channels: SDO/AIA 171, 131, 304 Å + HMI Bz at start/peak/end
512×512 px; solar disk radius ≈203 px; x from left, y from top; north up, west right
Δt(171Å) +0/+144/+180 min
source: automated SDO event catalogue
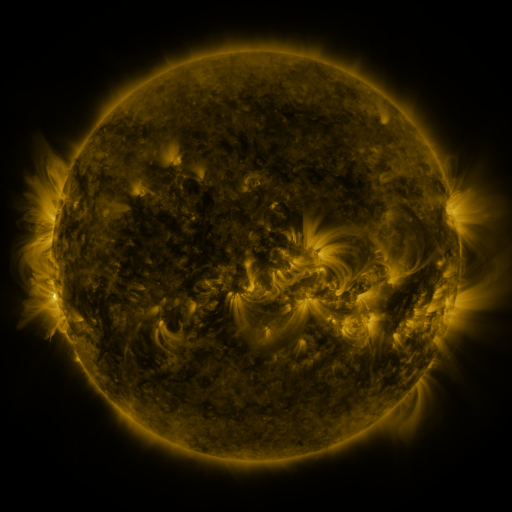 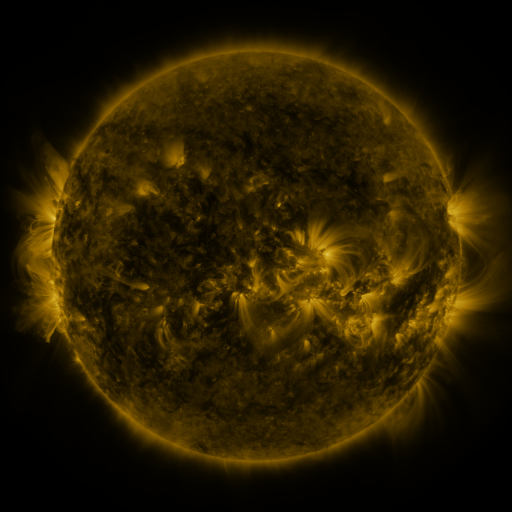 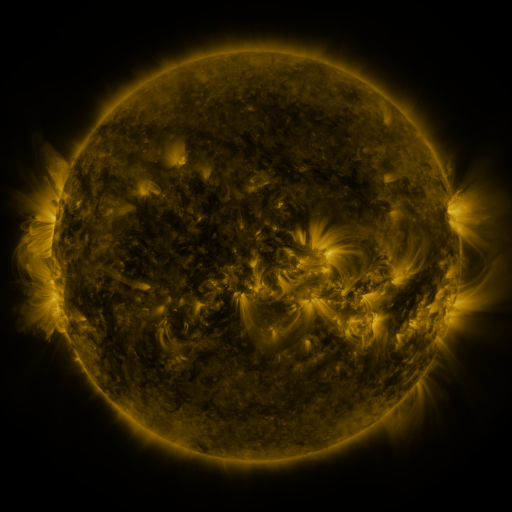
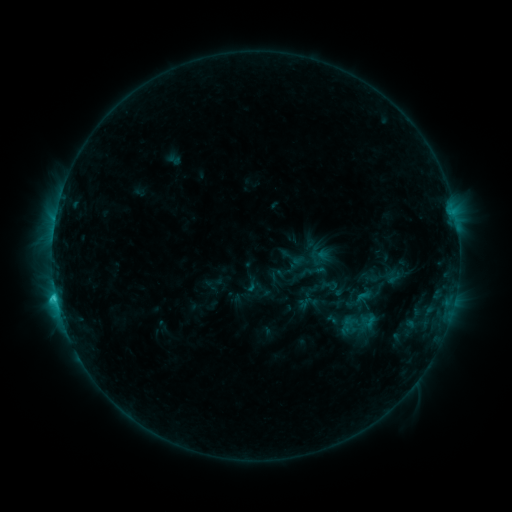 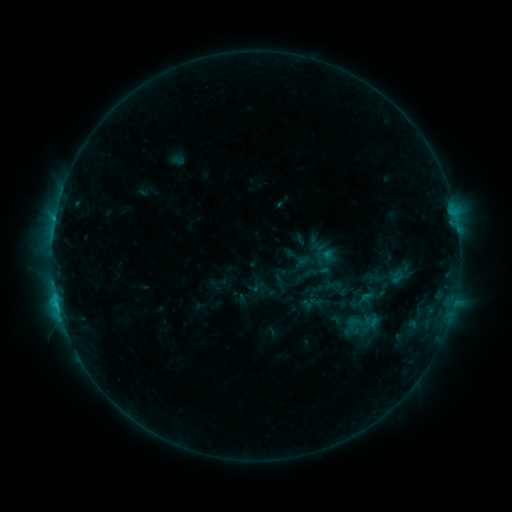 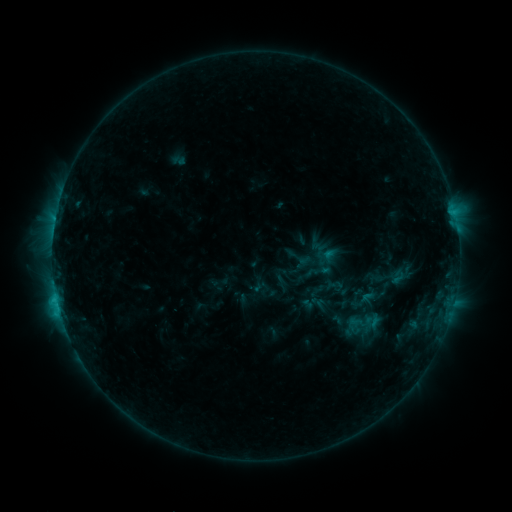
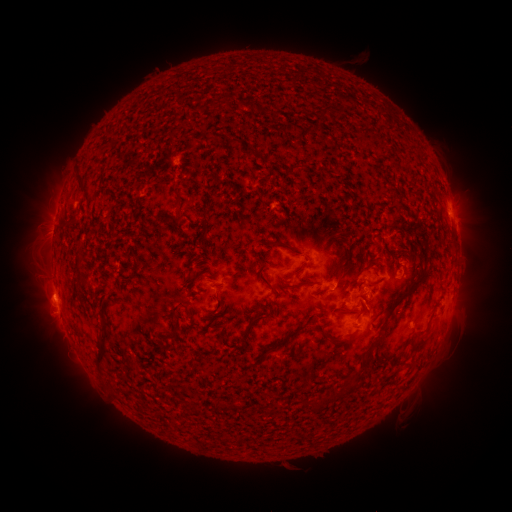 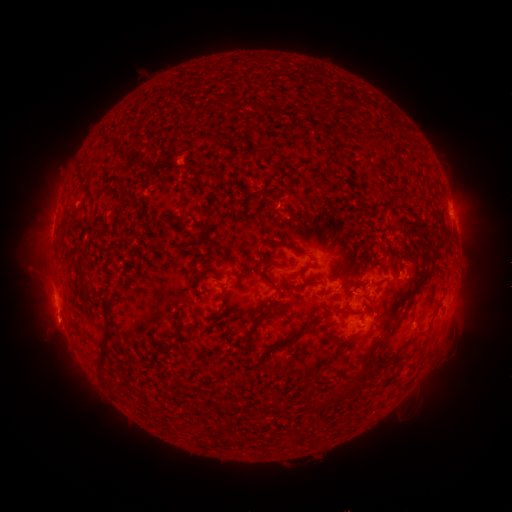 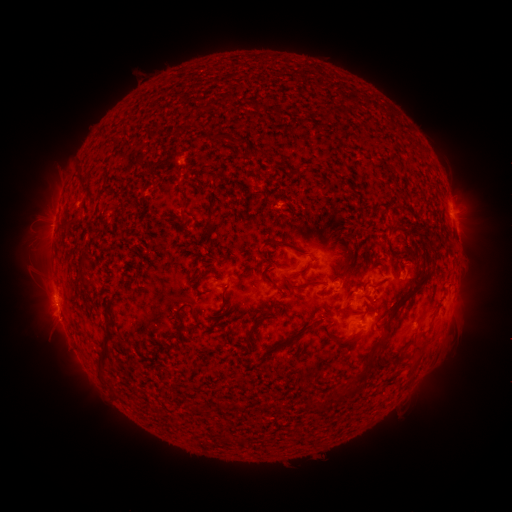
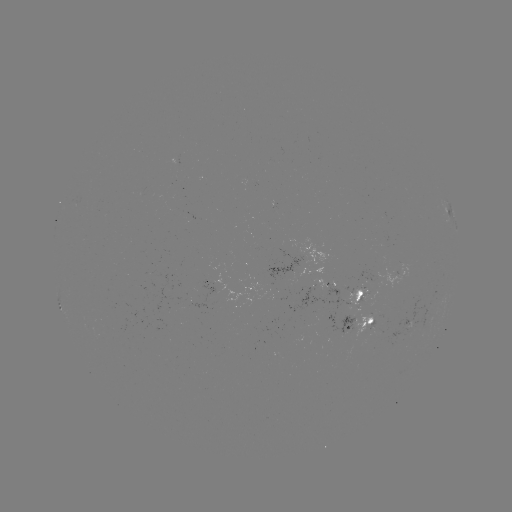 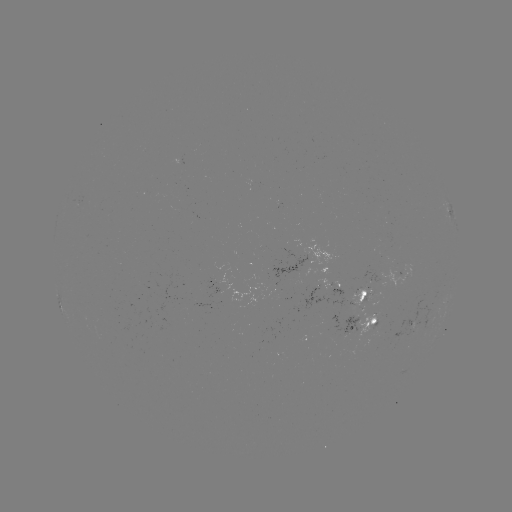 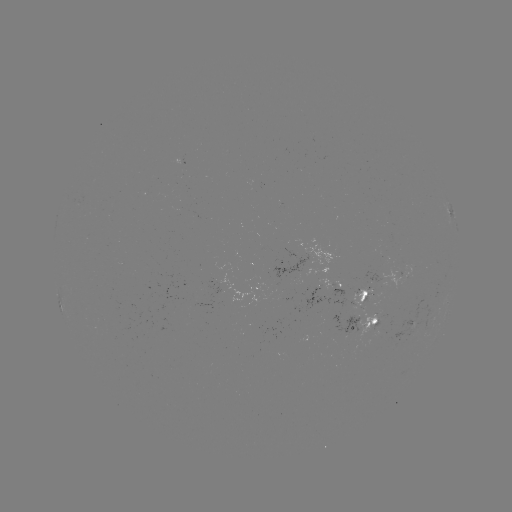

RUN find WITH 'emerging-flux region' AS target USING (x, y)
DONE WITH (374, 329) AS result